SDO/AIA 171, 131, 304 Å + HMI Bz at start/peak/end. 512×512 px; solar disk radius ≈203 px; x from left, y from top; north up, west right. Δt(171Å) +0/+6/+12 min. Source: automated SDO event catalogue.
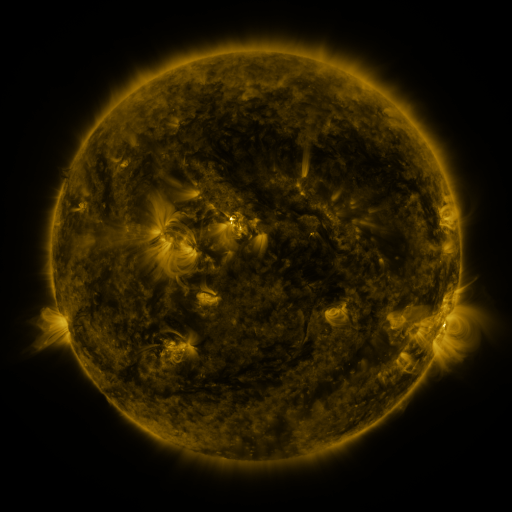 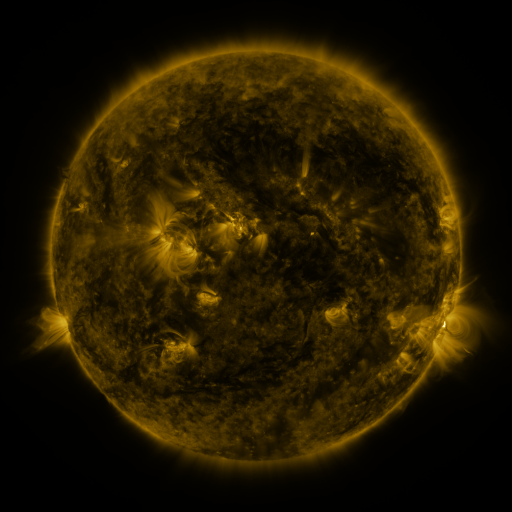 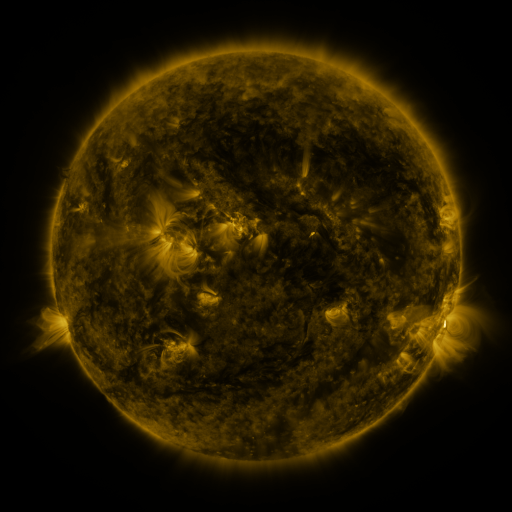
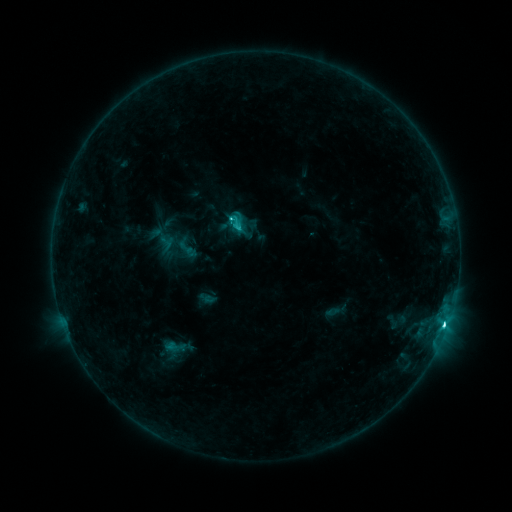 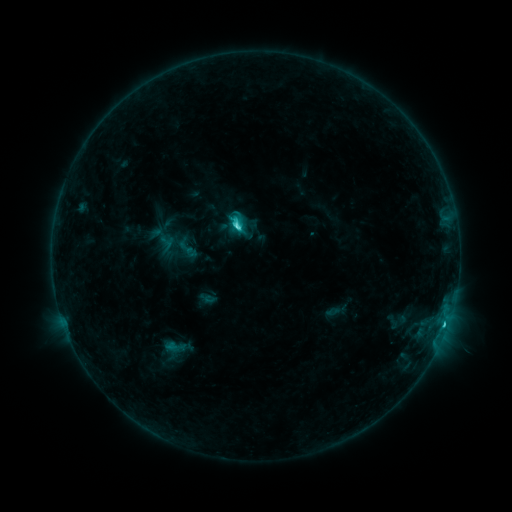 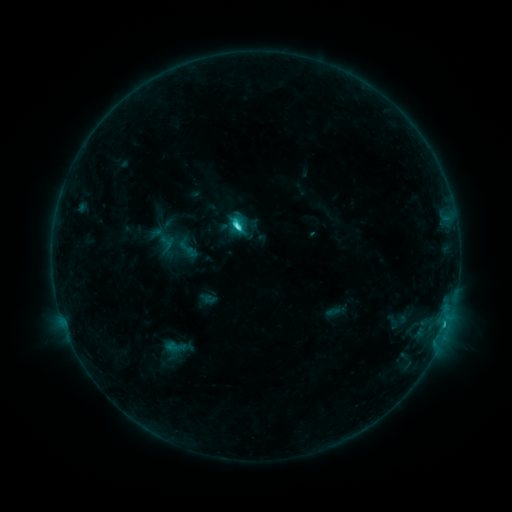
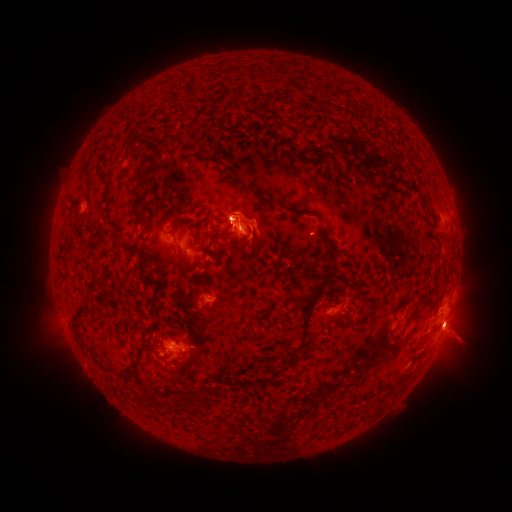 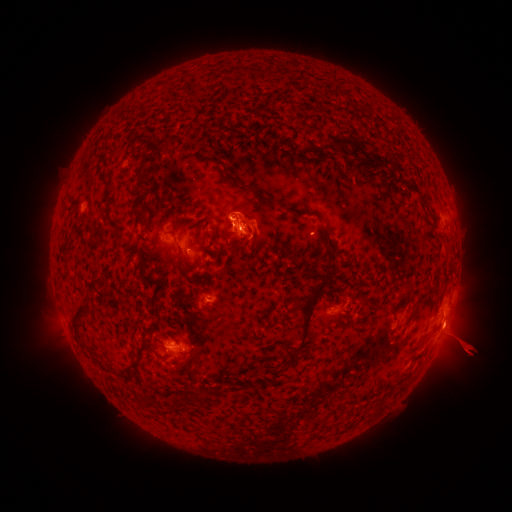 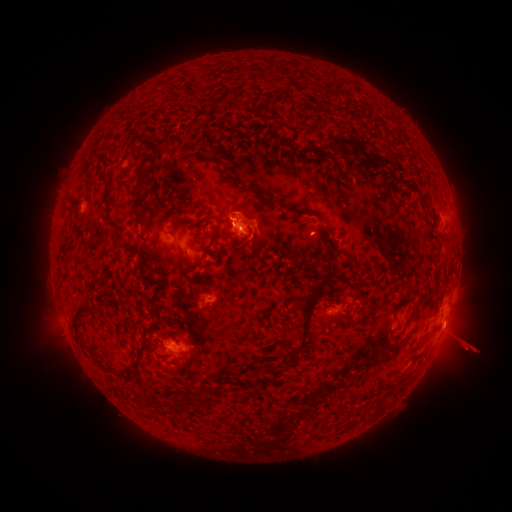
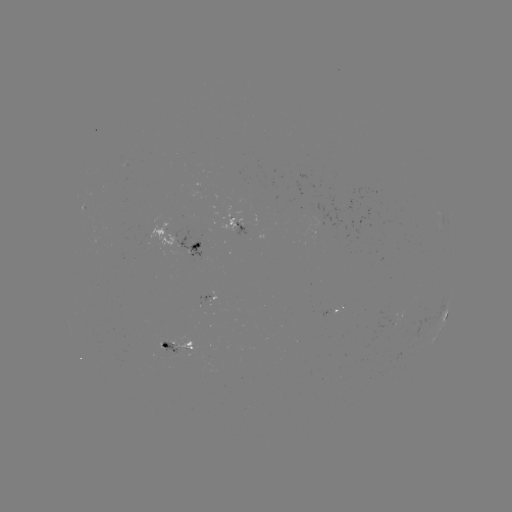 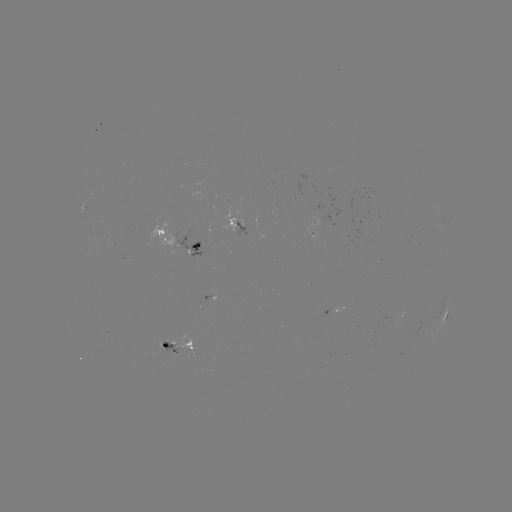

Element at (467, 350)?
eruption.